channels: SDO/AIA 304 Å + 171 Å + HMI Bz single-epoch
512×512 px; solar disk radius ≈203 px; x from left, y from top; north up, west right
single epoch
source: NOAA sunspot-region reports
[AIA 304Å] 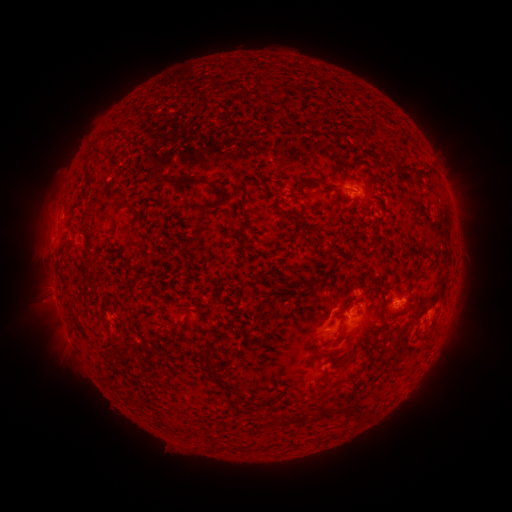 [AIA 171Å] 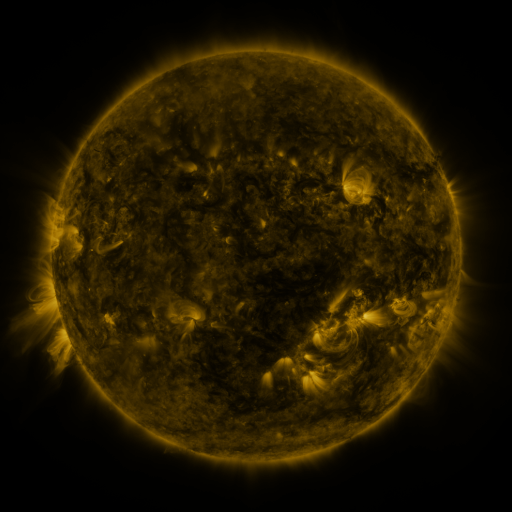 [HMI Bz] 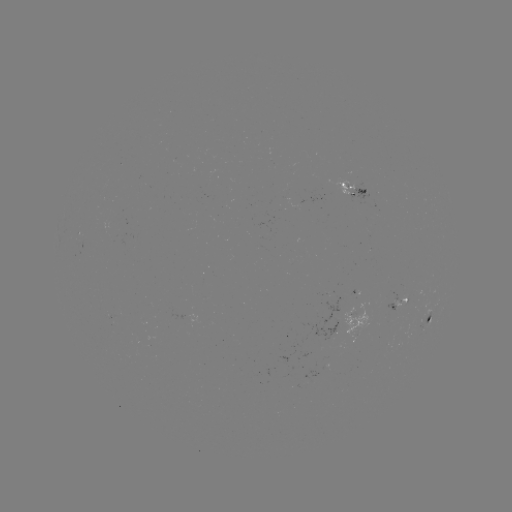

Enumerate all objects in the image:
spotted active region: (355, 197)
spotted active region: (83, 247)
spotted active region: (396, 308)
spotted active region: (195, 318)
spotted active region: (428, 323)
spotted active region: (347, 327)
